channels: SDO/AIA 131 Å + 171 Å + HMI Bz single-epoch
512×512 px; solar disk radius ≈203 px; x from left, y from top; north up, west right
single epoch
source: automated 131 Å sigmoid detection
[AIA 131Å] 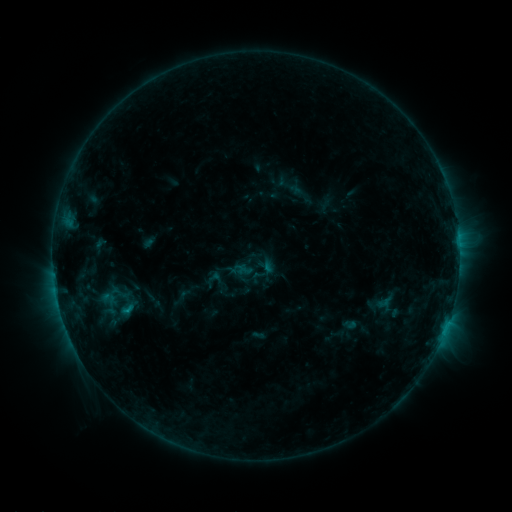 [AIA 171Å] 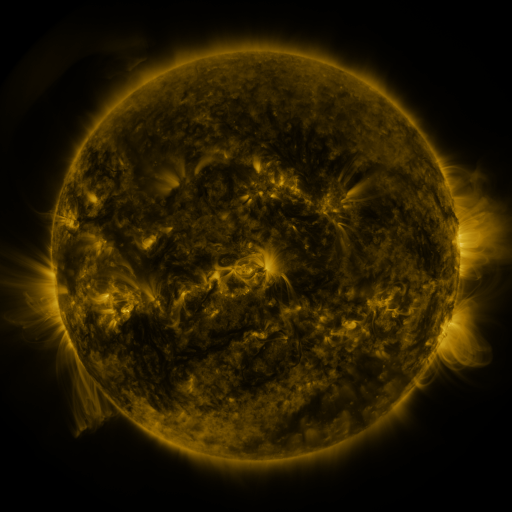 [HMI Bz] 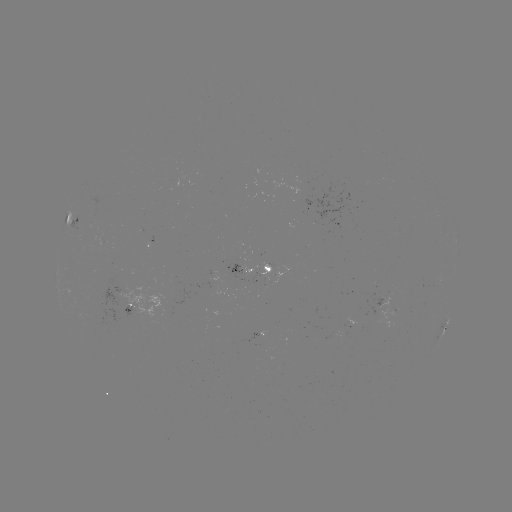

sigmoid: <bbox>116, 302, 138, 317</bbox>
